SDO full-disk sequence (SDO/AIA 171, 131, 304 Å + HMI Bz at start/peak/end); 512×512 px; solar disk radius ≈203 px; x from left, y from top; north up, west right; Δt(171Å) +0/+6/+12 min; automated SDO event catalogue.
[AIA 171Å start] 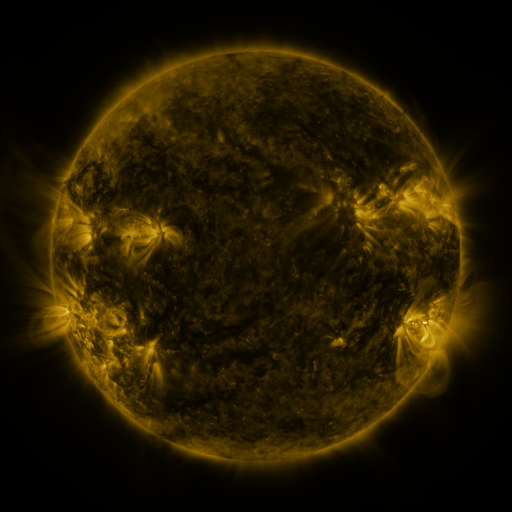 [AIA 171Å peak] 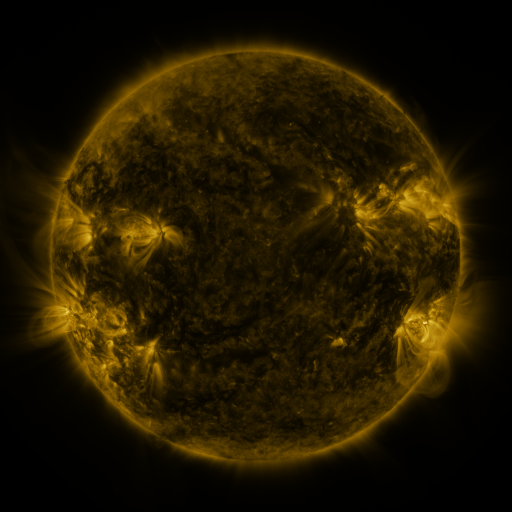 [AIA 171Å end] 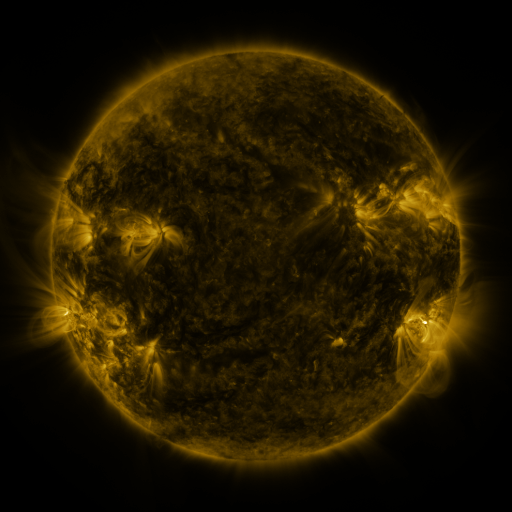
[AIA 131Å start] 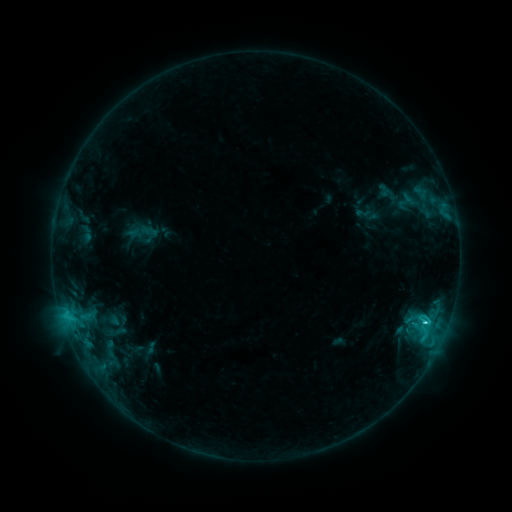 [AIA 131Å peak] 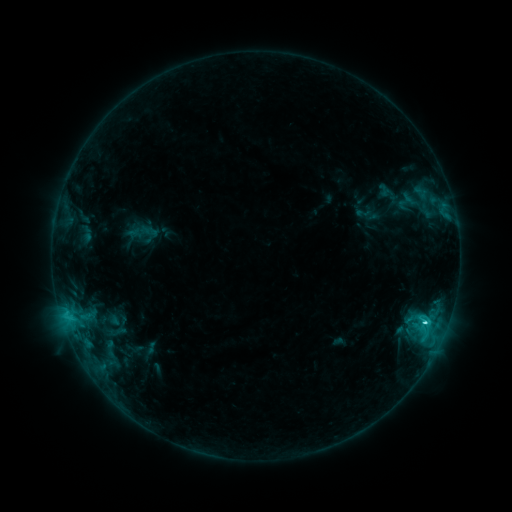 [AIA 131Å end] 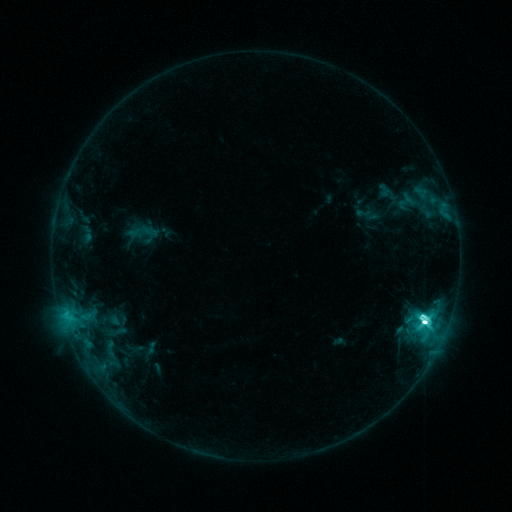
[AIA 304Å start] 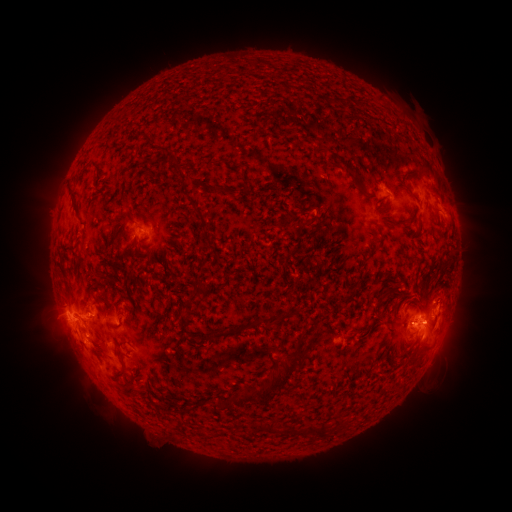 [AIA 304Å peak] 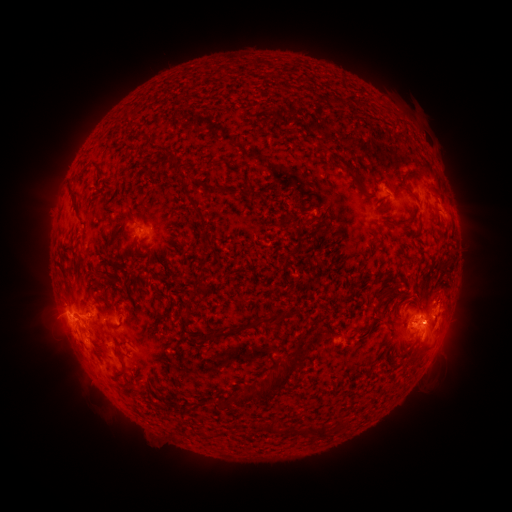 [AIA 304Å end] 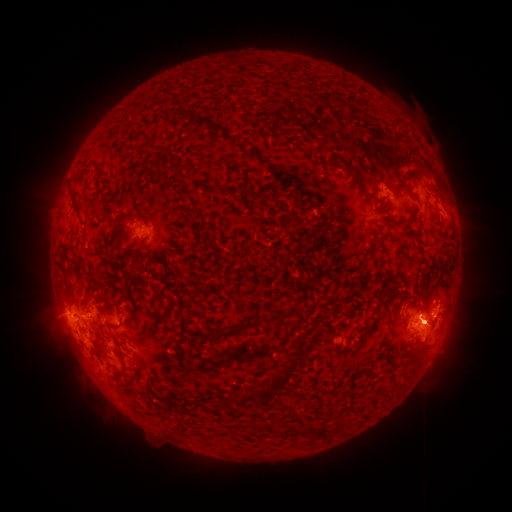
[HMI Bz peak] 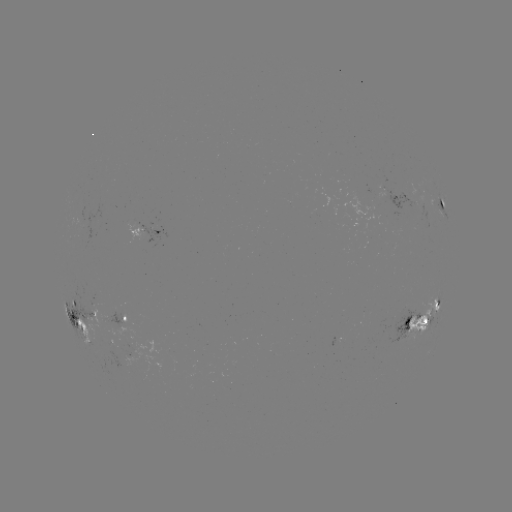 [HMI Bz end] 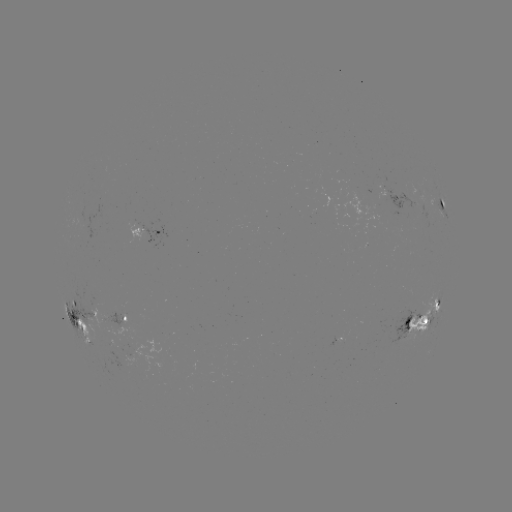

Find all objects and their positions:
M2.6 flare: (422, 321)
